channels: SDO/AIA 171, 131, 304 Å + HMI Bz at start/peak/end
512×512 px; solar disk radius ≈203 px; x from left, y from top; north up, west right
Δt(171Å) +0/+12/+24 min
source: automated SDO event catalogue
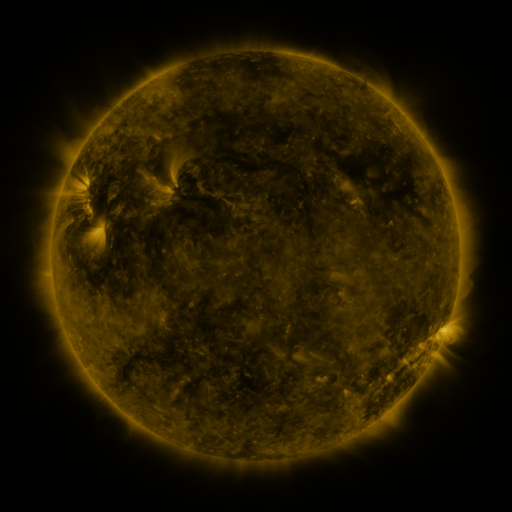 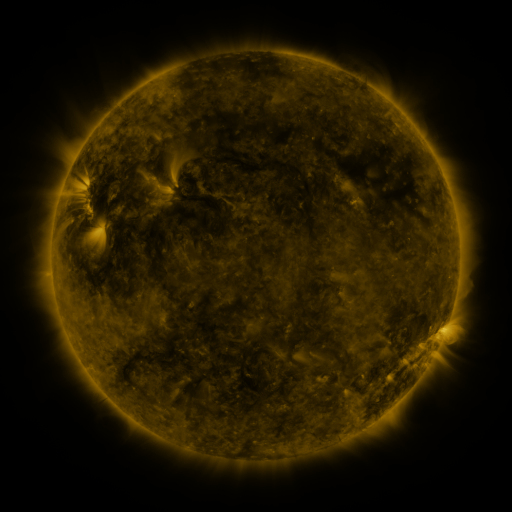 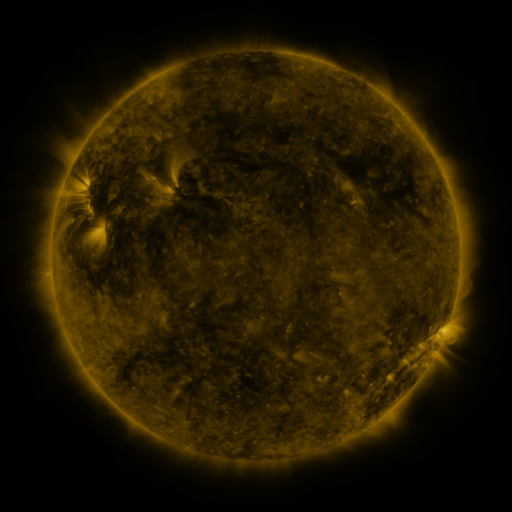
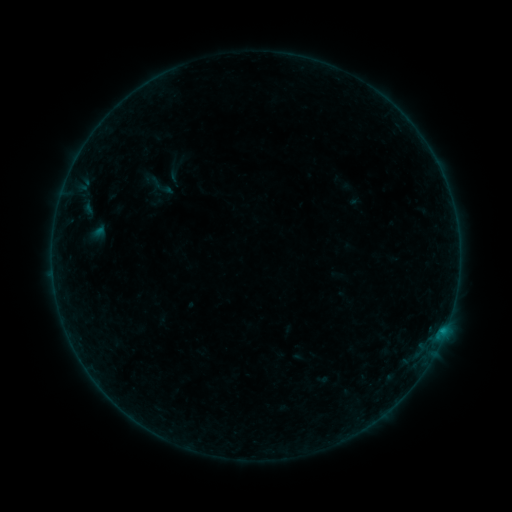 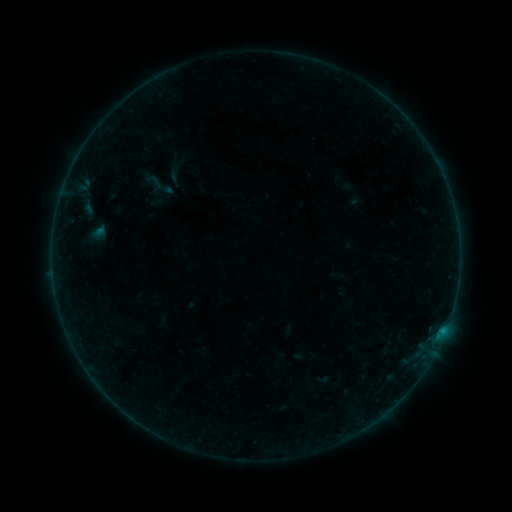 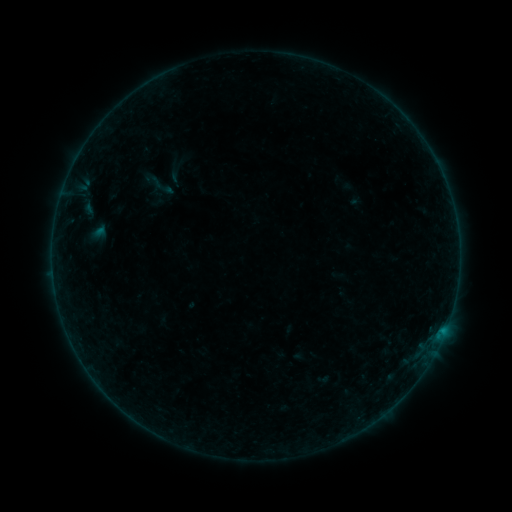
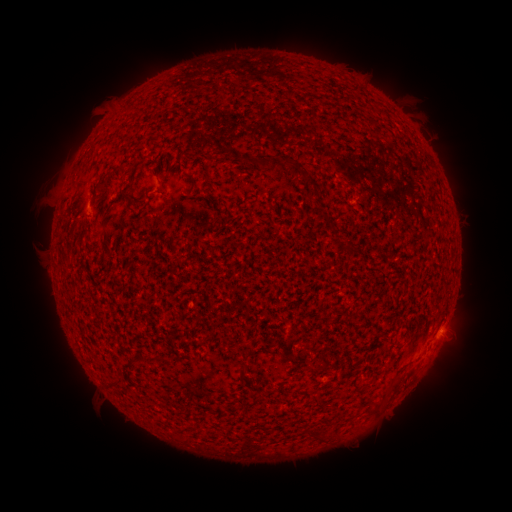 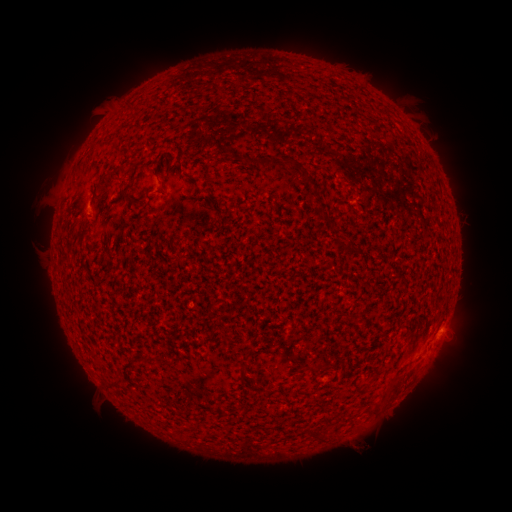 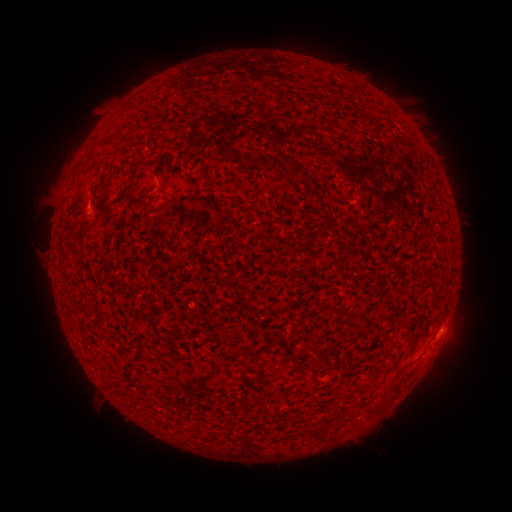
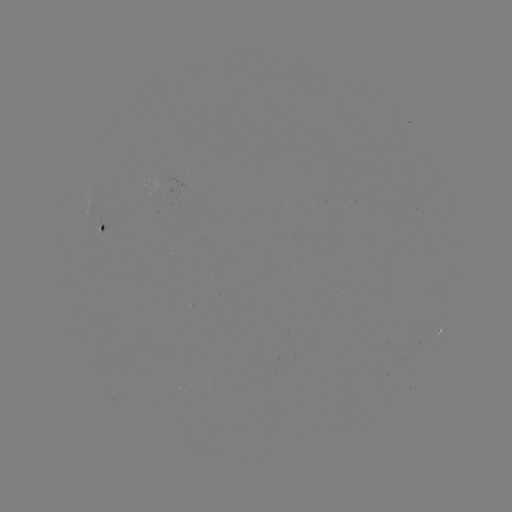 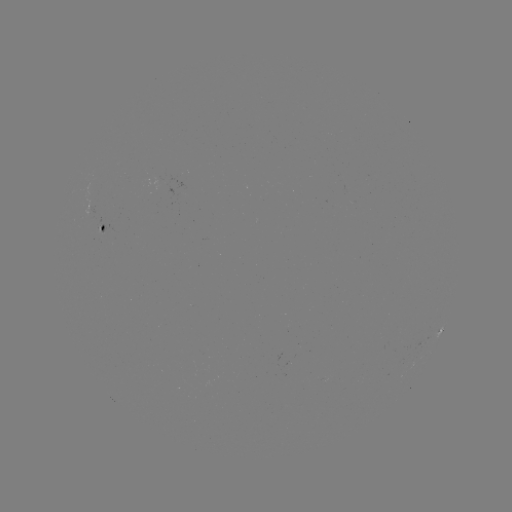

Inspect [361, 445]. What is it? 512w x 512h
eruption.